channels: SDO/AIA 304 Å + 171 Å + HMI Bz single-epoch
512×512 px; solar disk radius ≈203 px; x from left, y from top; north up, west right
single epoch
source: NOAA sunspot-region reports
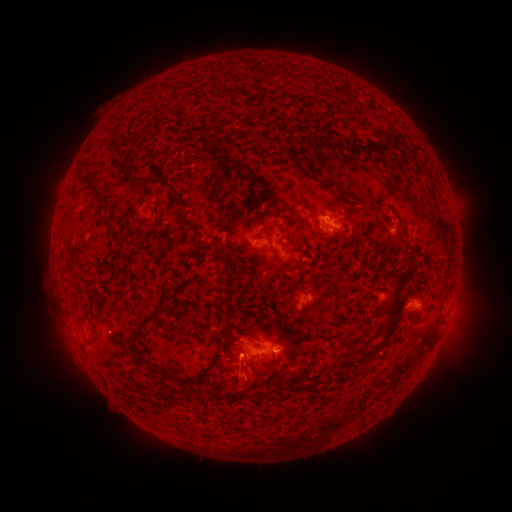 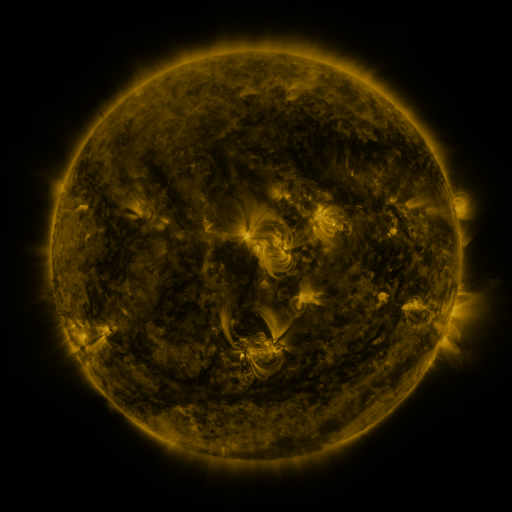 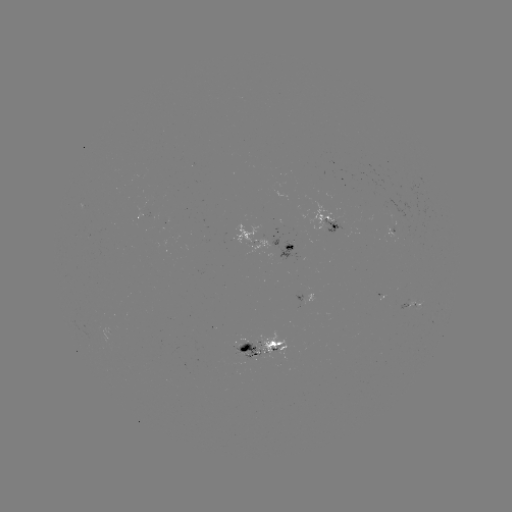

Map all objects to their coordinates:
spotted active region: (325, 218)
spotted active region: (146, 219)
spotted active region: (394, 231)
spotted active region: (270, 244)
spotted active region: (308, 297)
spotted active region: (412, 302)
spotted active region: (266, 348)
